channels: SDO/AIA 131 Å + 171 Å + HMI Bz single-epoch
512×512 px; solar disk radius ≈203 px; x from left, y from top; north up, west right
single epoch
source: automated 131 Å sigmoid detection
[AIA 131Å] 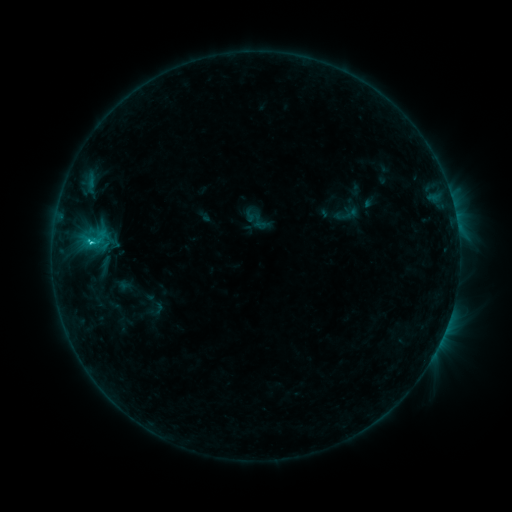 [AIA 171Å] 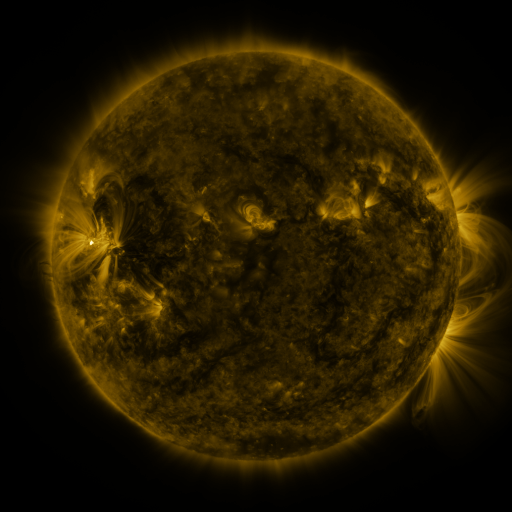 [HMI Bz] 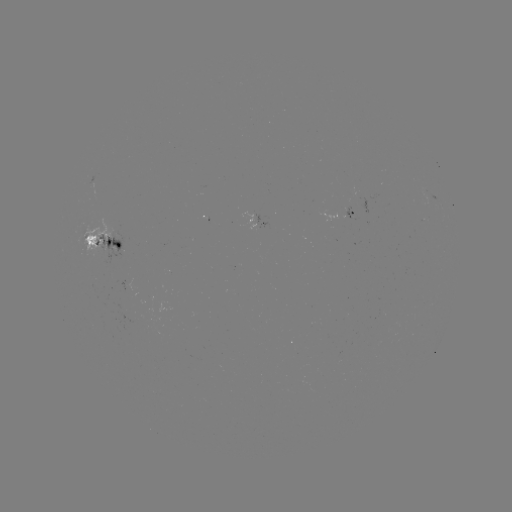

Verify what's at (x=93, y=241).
sigmoid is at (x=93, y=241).